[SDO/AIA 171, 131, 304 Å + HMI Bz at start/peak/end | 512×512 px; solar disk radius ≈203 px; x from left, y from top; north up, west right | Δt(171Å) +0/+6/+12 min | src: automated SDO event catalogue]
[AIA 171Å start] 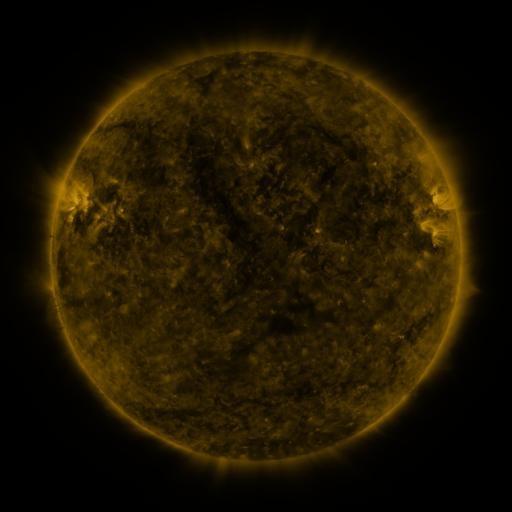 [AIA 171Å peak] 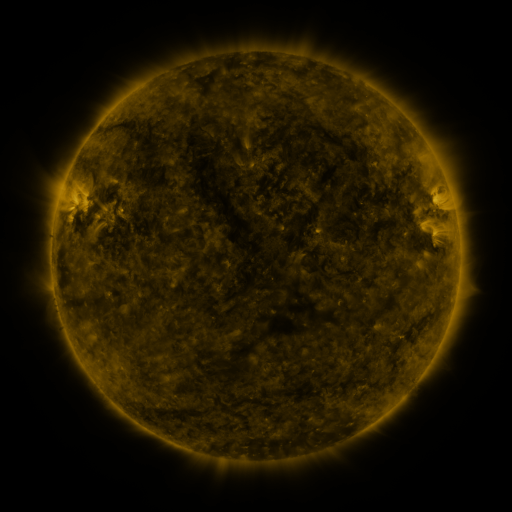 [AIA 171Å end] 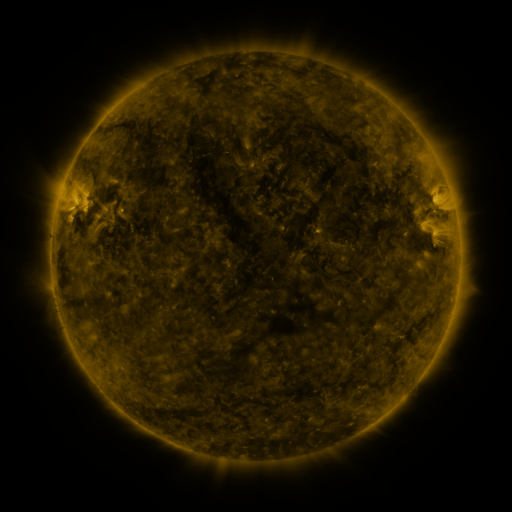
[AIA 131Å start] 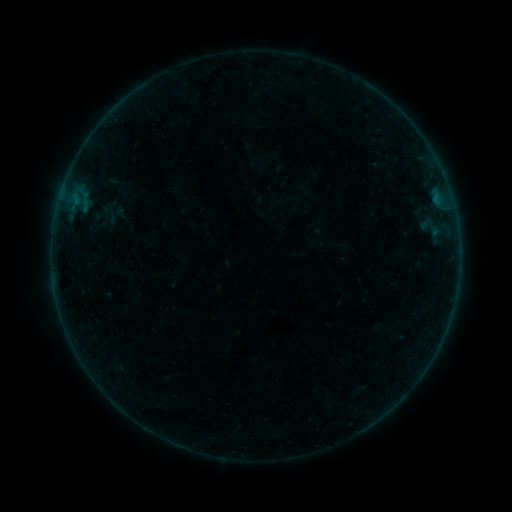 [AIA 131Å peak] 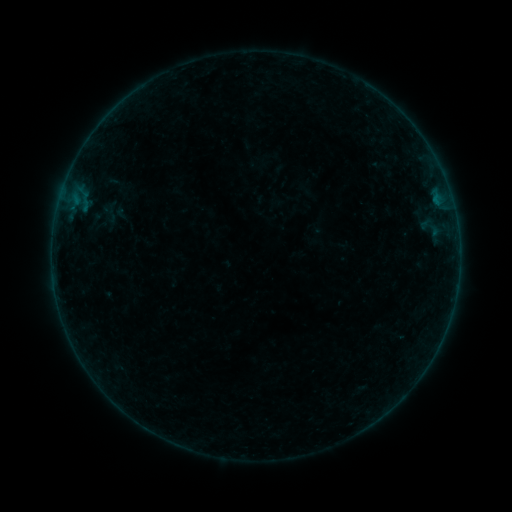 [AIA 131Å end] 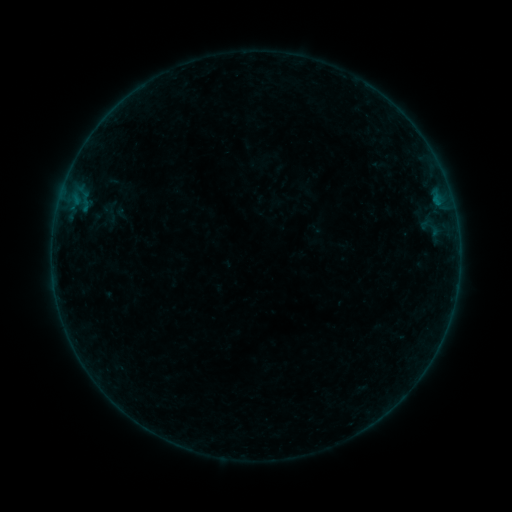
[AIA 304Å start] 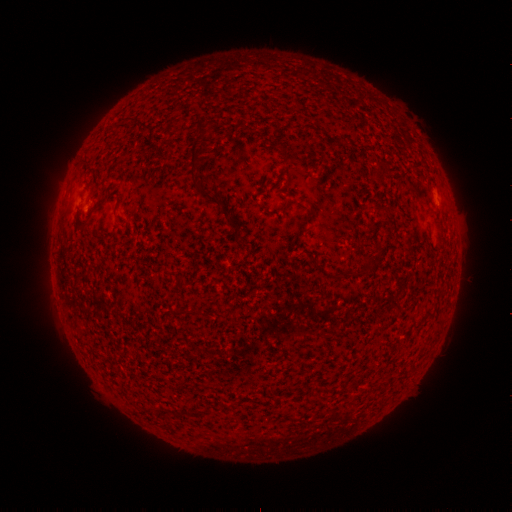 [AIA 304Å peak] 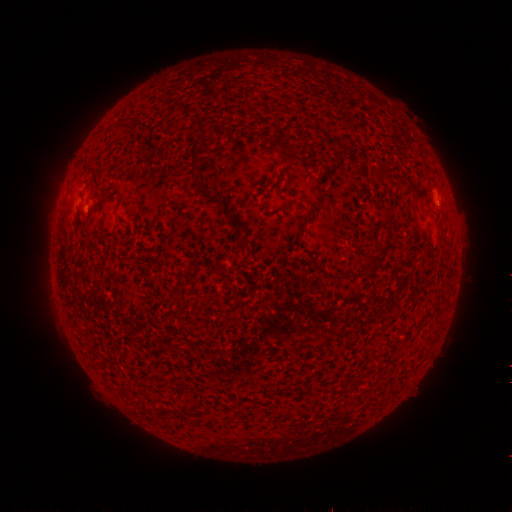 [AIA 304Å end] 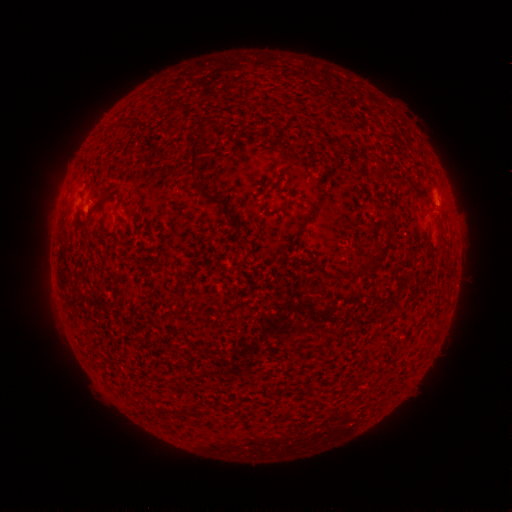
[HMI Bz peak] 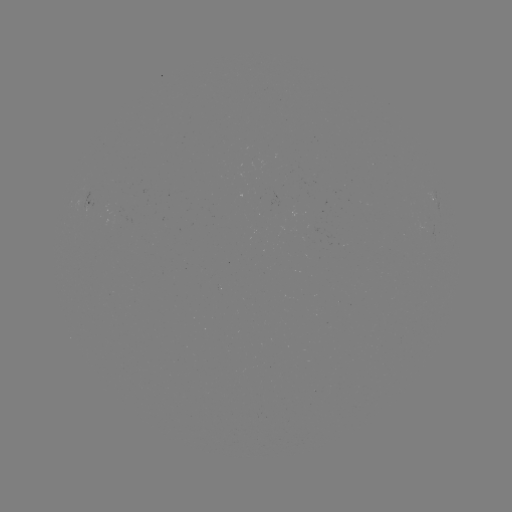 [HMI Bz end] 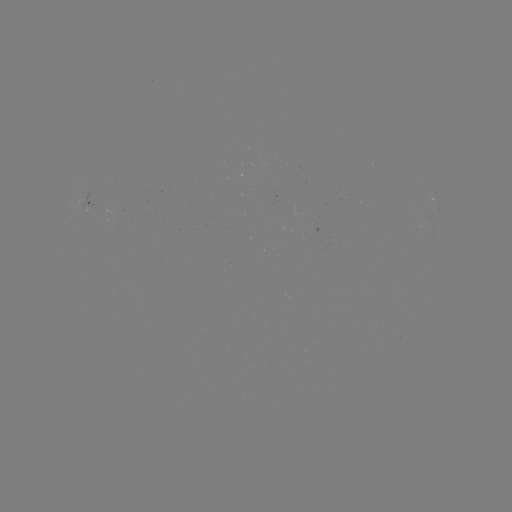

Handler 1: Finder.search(B1.0 flare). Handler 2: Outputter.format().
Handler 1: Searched B1.0 flare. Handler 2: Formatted [437, 204].